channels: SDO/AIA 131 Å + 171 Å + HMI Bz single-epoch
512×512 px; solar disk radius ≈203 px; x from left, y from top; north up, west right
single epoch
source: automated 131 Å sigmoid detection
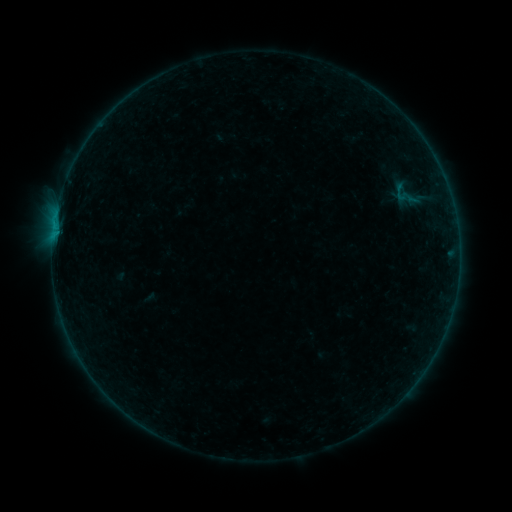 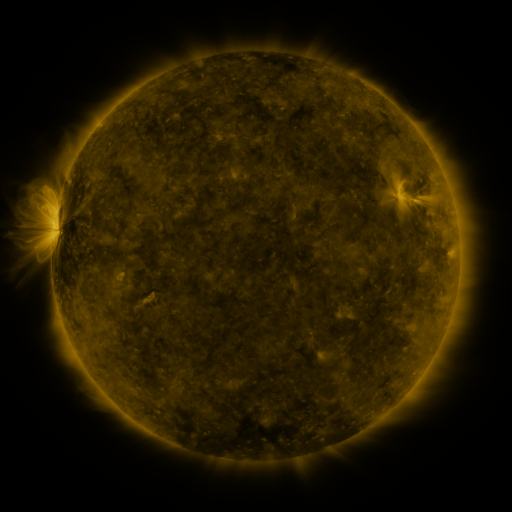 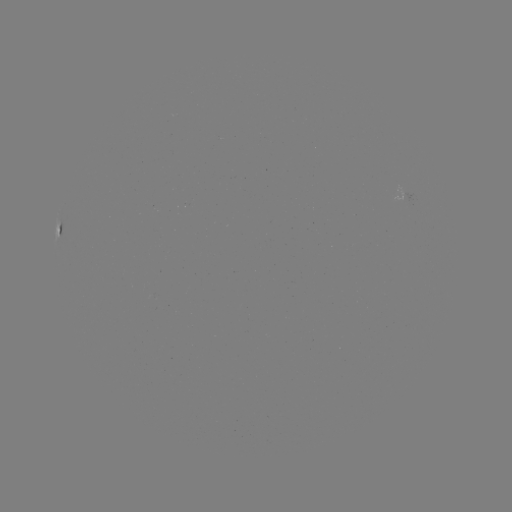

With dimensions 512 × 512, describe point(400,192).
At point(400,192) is sigmoid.